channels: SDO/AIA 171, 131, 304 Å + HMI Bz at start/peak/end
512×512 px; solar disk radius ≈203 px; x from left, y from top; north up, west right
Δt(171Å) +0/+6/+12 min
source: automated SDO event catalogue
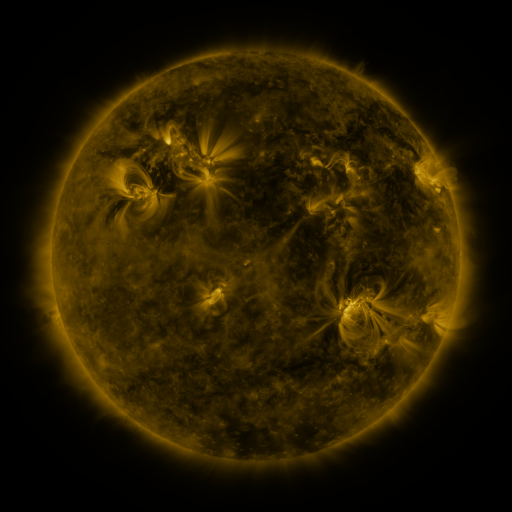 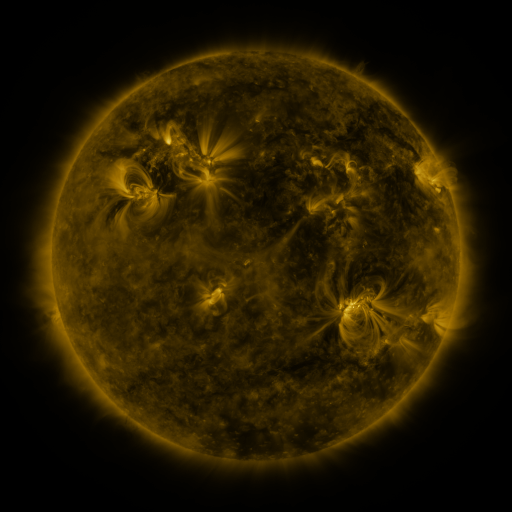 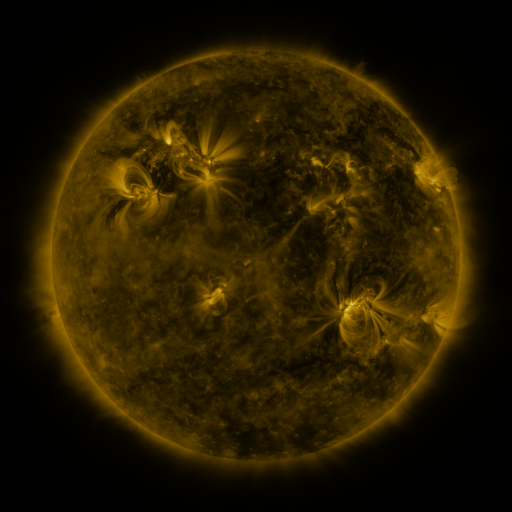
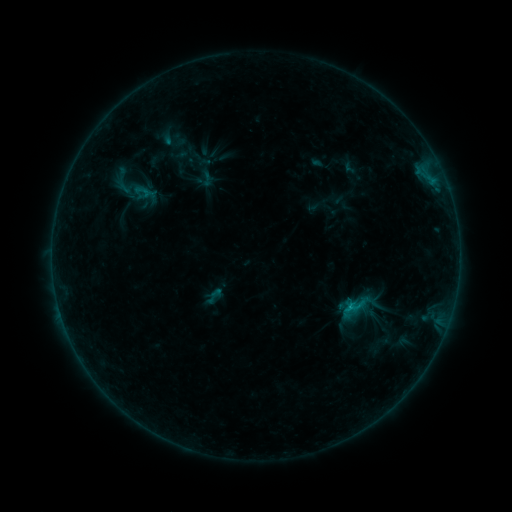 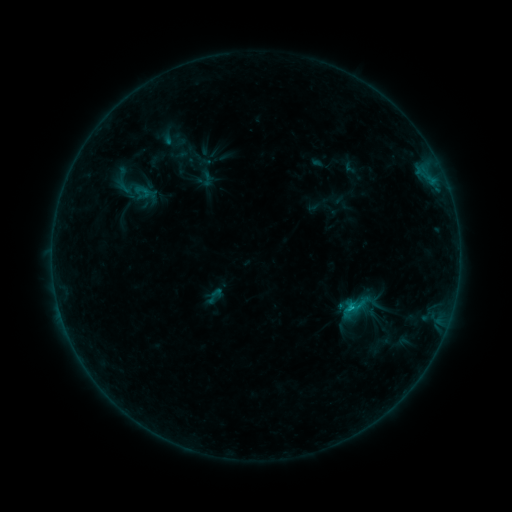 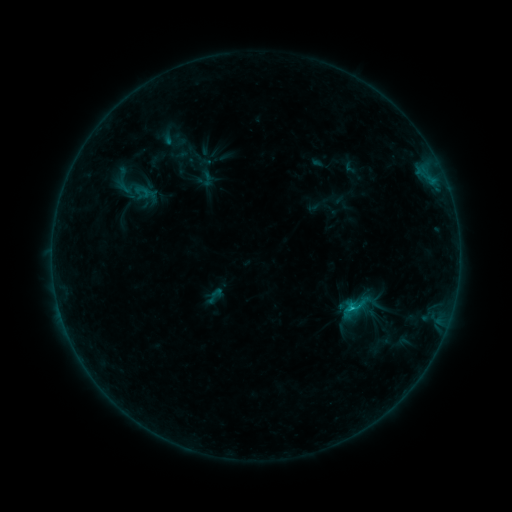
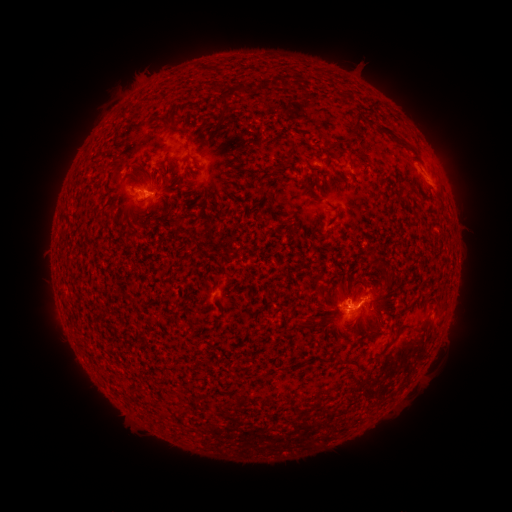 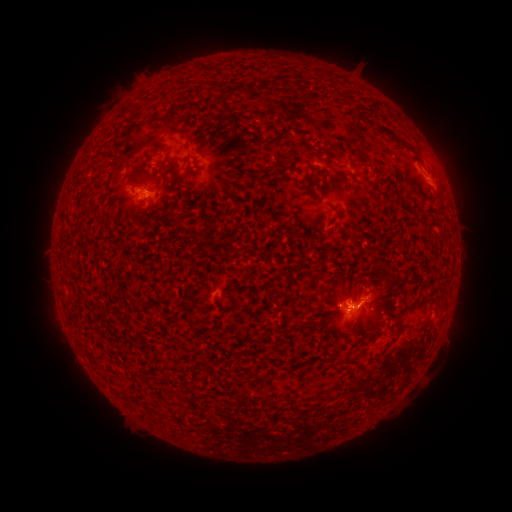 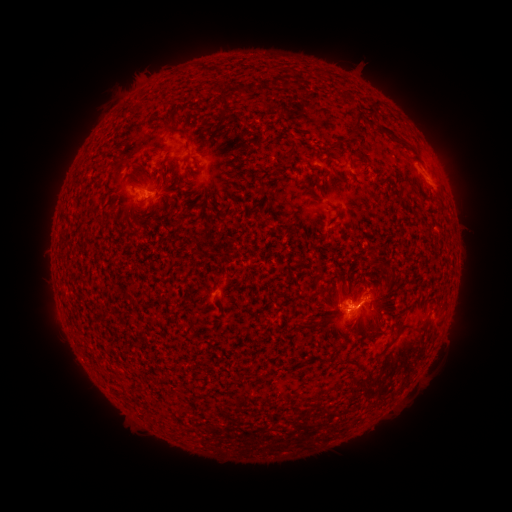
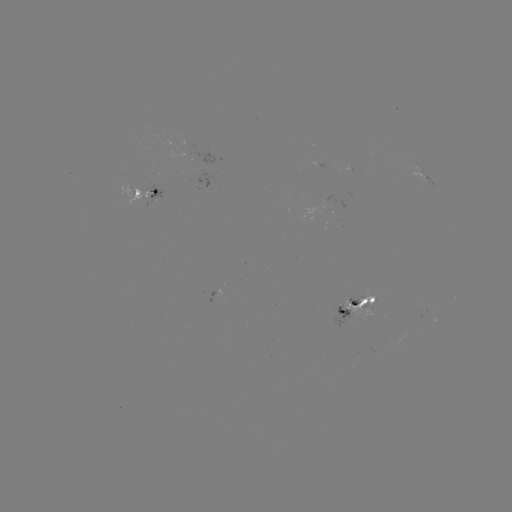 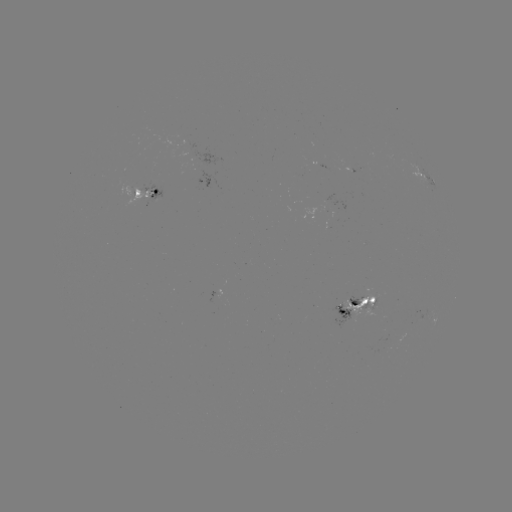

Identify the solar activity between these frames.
eruption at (339, 284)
